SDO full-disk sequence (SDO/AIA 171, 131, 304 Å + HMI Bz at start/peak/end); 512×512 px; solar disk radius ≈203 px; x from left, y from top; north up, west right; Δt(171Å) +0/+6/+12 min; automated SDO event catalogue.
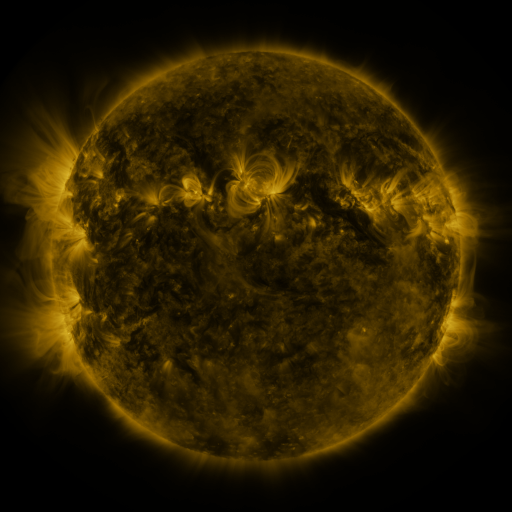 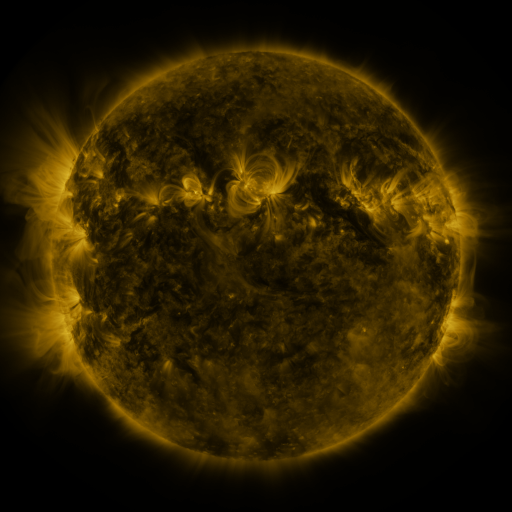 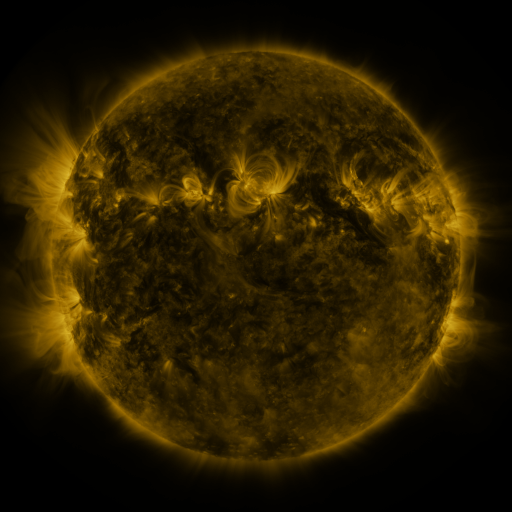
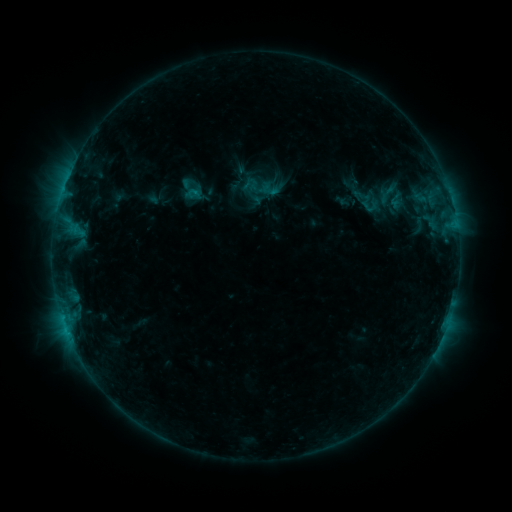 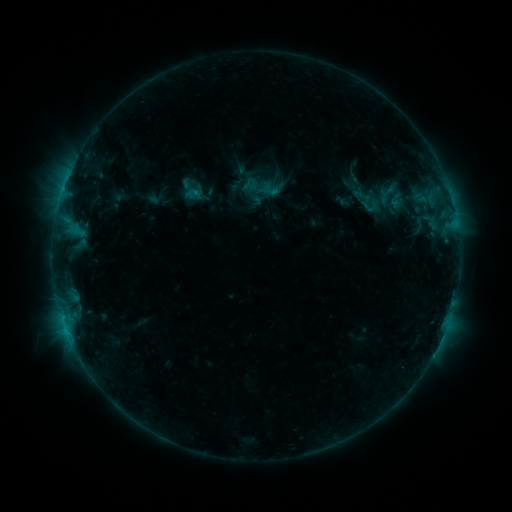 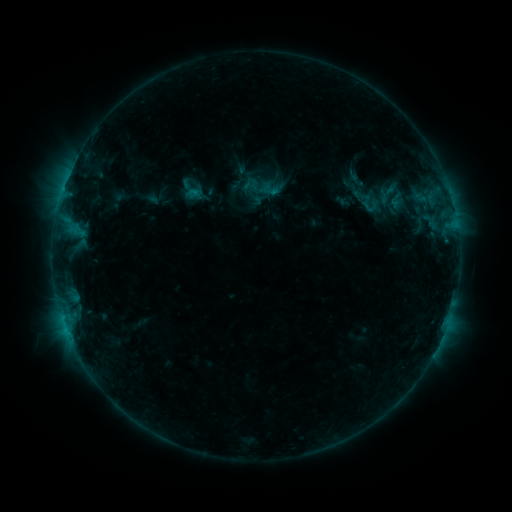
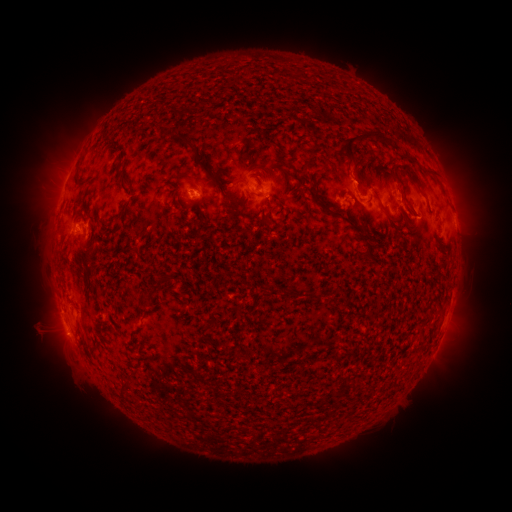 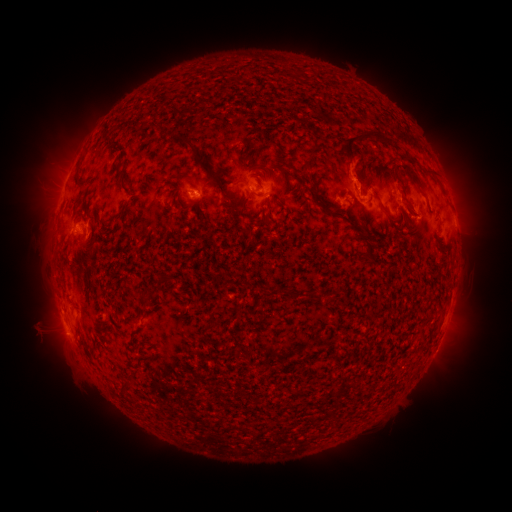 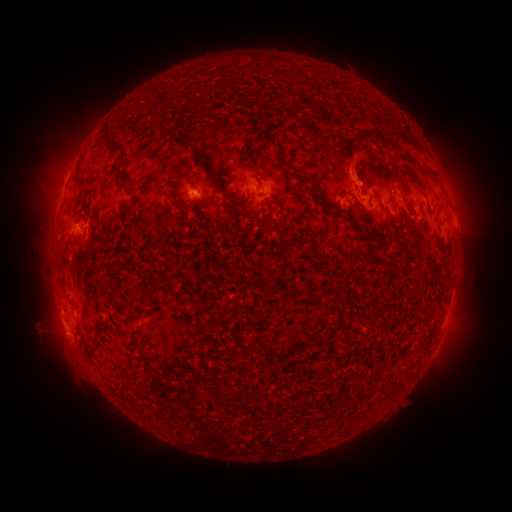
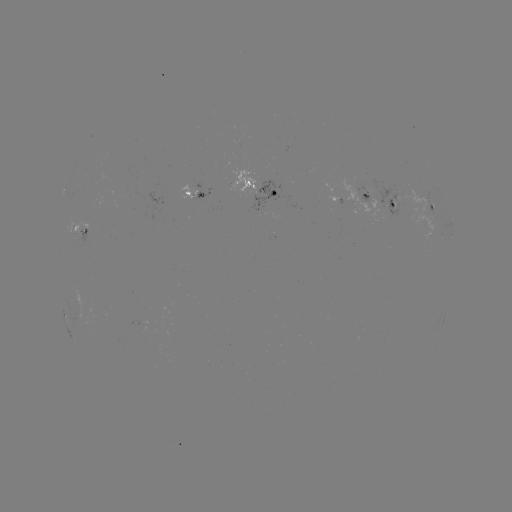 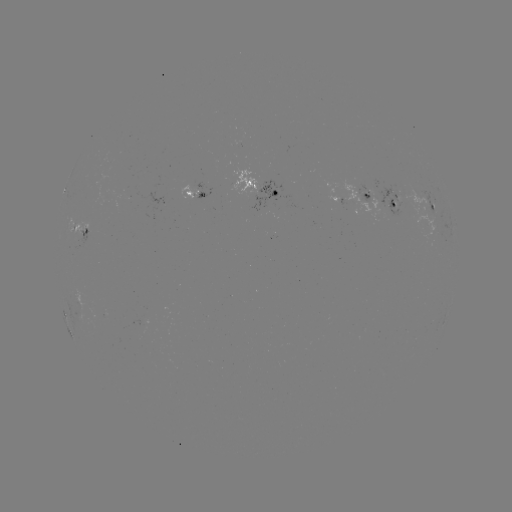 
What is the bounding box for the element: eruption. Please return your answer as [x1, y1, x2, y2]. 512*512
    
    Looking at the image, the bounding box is [333, 146, 387, 195].